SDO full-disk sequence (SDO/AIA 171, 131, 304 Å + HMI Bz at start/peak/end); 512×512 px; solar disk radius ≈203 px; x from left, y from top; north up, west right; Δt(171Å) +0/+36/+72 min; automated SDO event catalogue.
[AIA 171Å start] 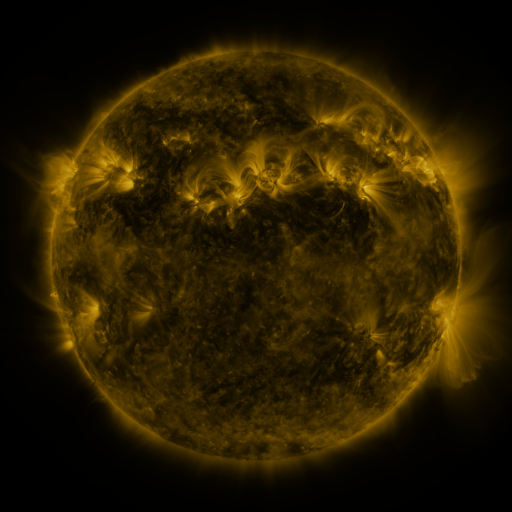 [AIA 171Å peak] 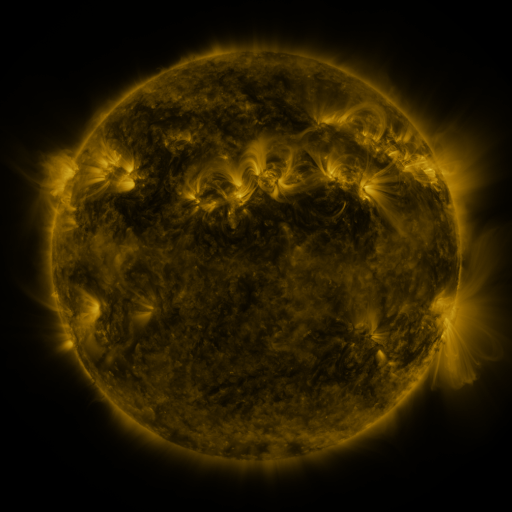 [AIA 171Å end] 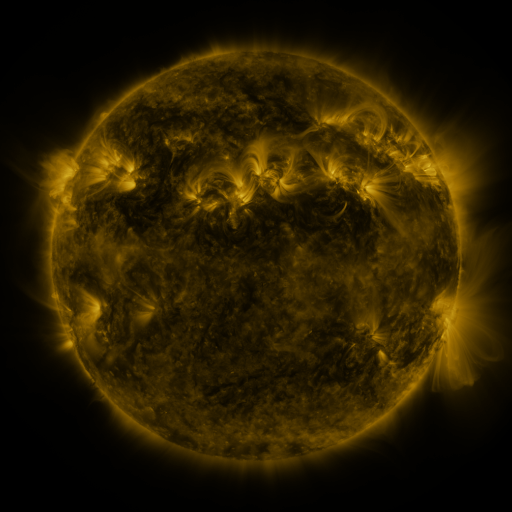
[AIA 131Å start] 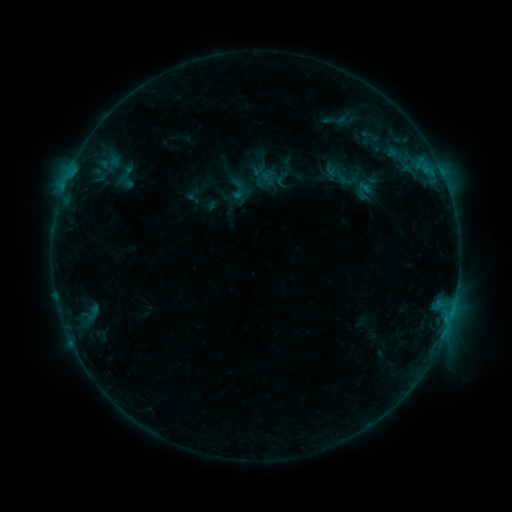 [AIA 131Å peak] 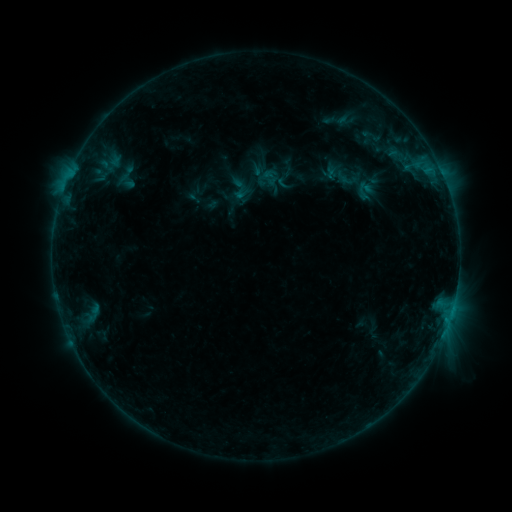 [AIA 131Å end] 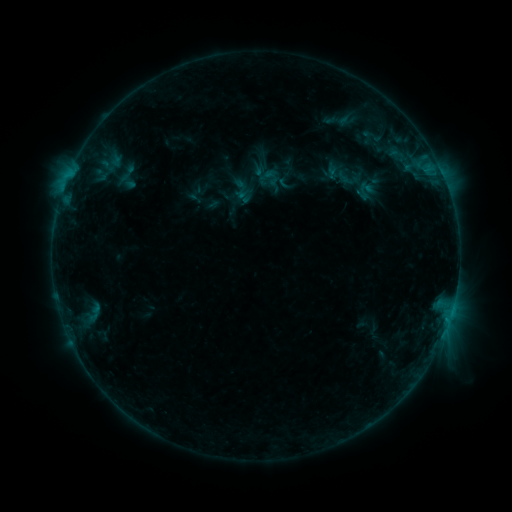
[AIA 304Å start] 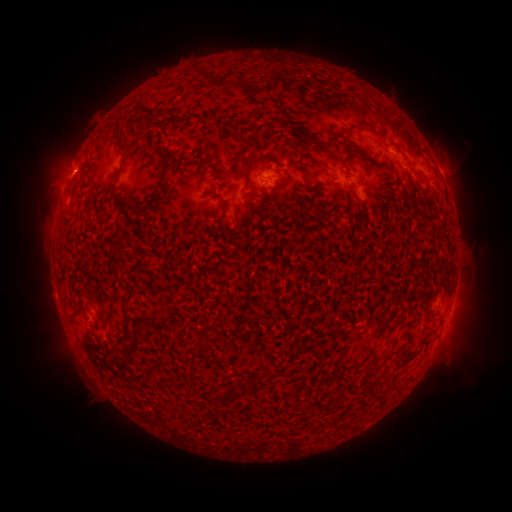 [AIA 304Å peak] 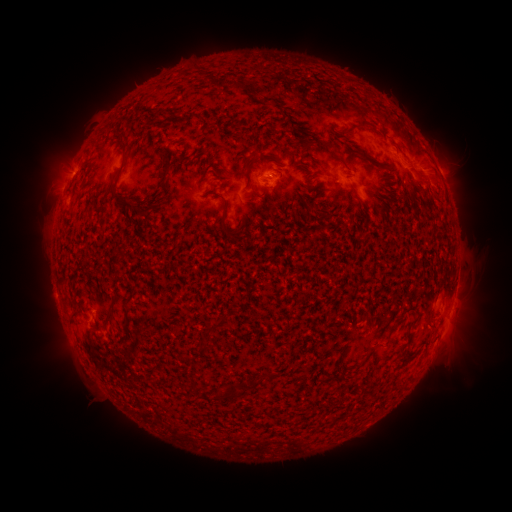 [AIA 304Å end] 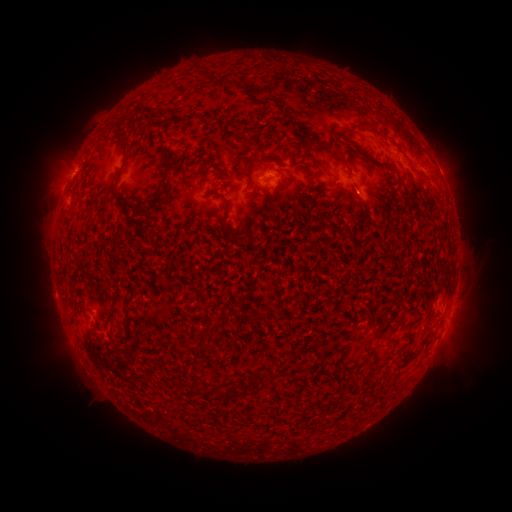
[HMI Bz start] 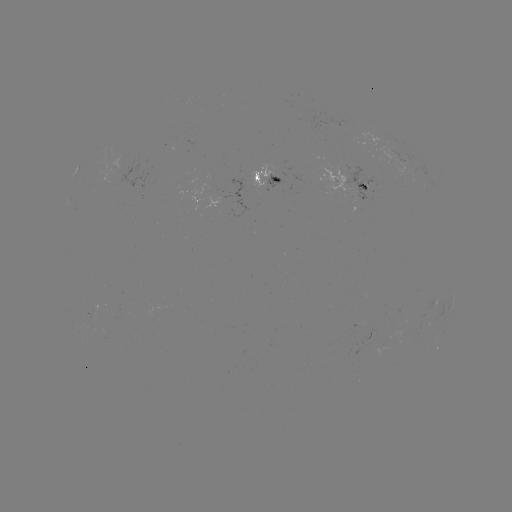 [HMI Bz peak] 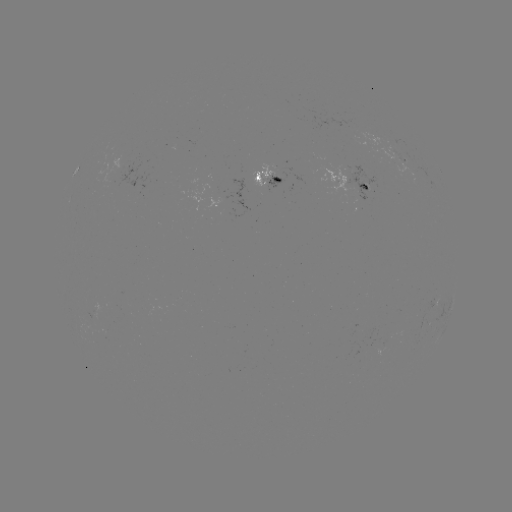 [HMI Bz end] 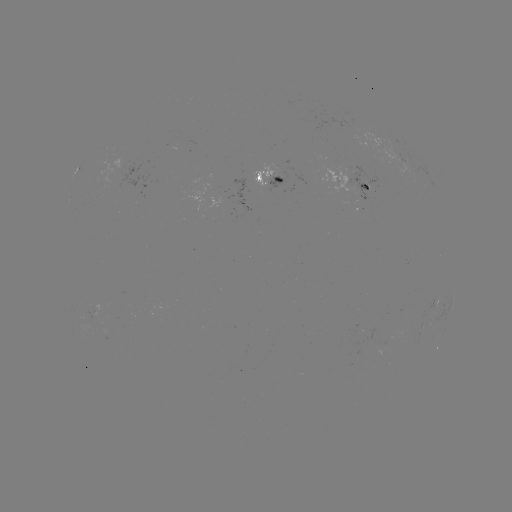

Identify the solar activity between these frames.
emerging-flux region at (264, 181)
